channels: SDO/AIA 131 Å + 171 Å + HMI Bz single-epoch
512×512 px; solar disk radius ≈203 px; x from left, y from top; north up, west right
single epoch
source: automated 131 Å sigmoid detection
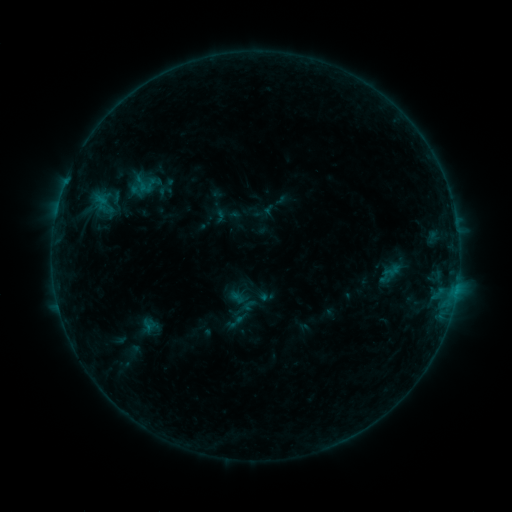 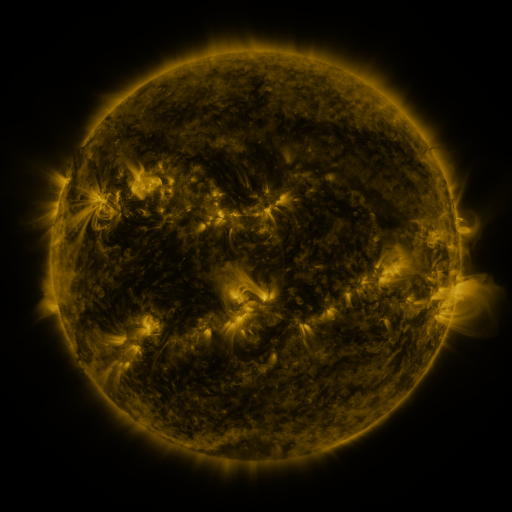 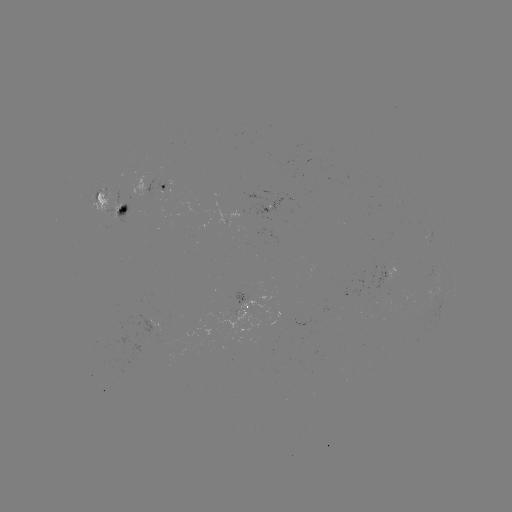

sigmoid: [225, 313, 245, 331]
